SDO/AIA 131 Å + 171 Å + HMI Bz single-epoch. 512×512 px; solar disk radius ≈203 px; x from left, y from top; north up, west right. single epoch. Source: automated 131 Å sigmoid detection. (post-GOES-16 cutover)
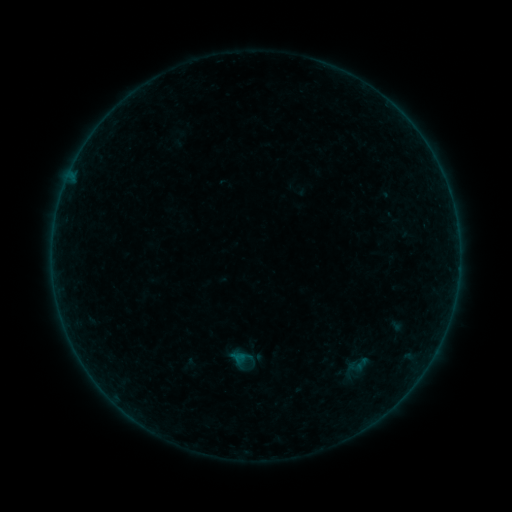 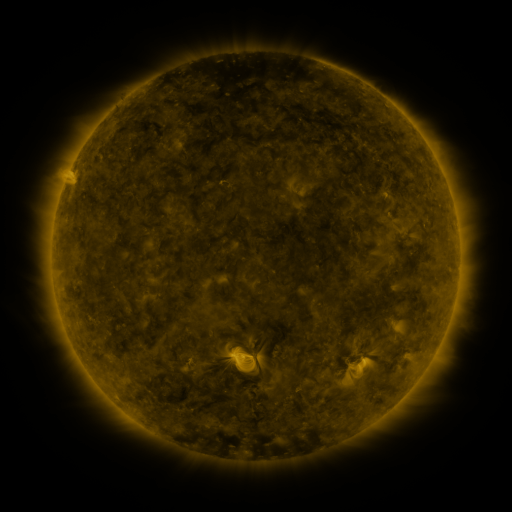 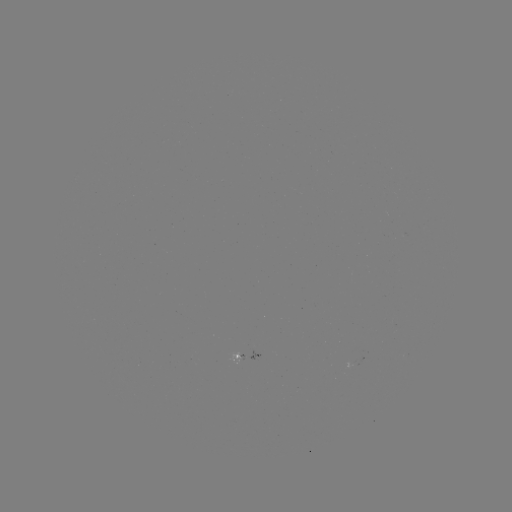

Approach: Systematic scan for sigmoid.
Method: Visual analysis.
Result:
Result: sigmoid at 358,364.